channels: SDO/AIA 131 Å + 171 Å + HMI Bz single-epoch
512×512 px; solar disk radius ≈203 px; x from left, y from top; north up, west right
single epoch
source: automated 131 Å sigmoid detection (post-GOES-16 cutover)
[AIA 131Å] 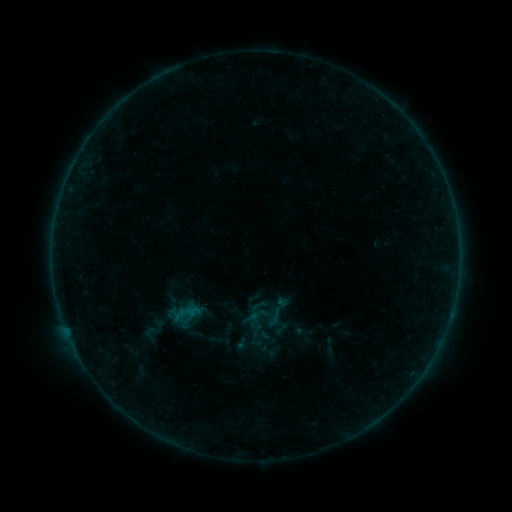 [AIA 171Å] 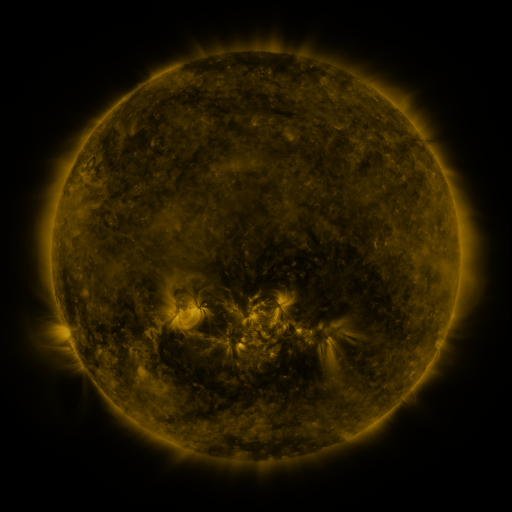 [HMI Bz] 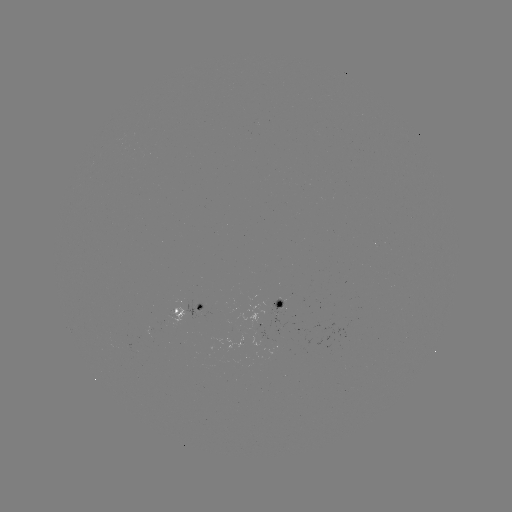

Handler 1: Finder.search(sigmoid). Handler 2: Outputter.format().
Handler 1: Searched sigmoid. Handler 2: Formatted [270, 316].